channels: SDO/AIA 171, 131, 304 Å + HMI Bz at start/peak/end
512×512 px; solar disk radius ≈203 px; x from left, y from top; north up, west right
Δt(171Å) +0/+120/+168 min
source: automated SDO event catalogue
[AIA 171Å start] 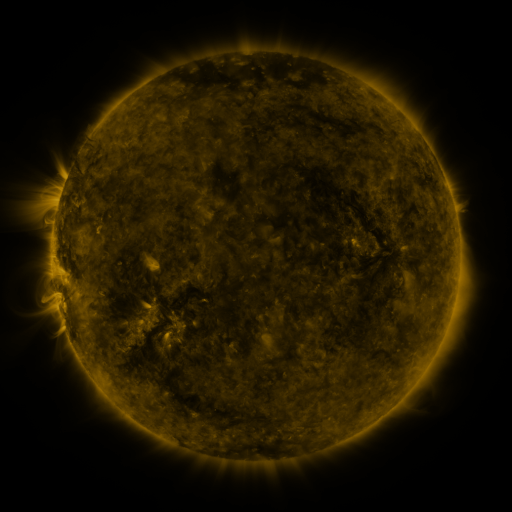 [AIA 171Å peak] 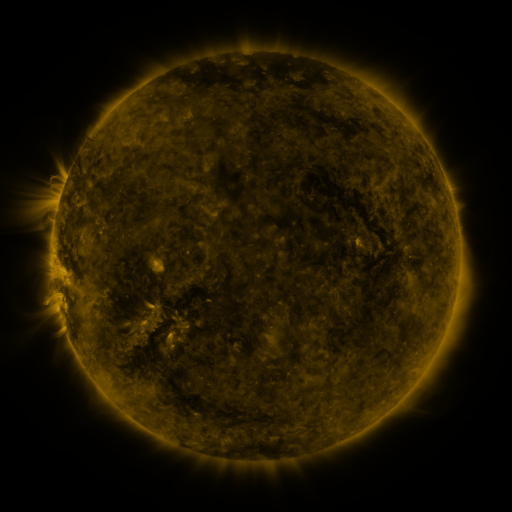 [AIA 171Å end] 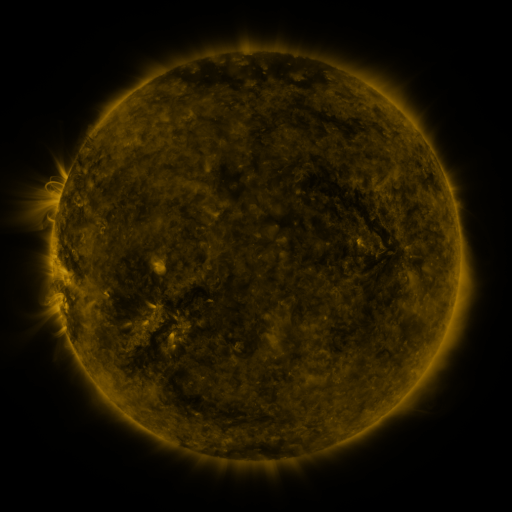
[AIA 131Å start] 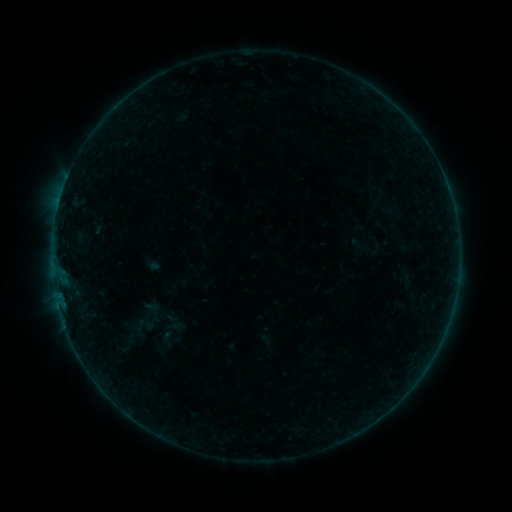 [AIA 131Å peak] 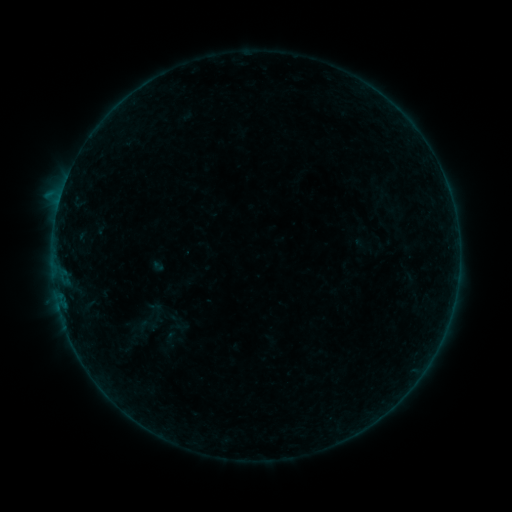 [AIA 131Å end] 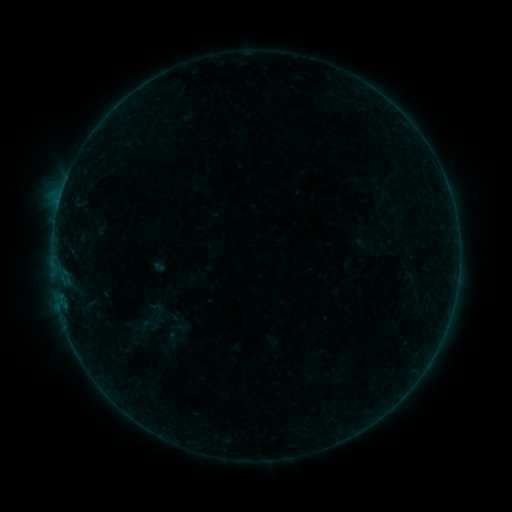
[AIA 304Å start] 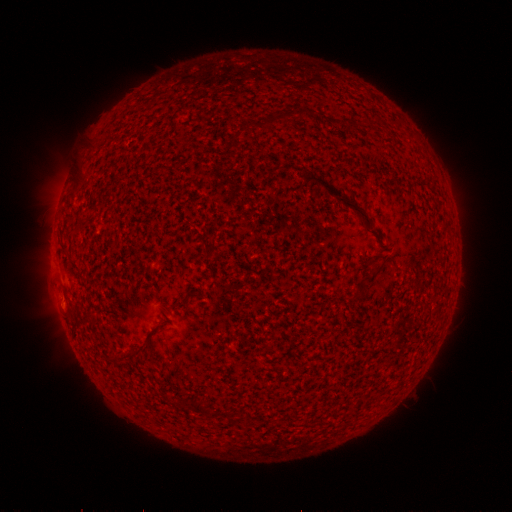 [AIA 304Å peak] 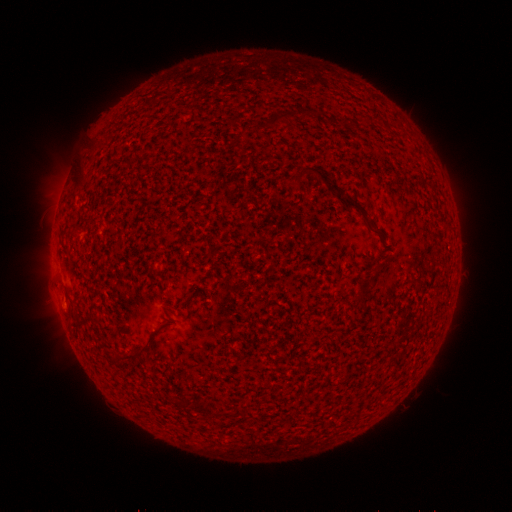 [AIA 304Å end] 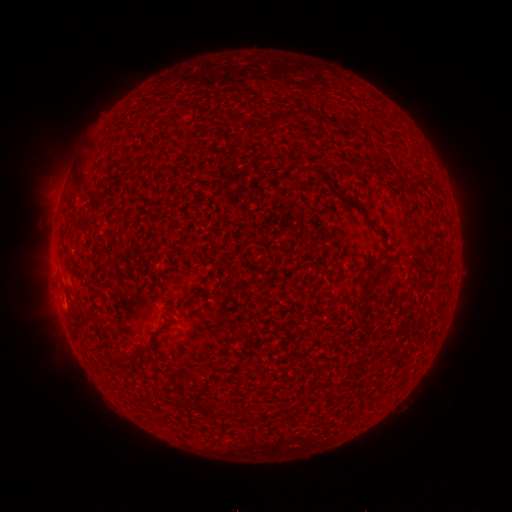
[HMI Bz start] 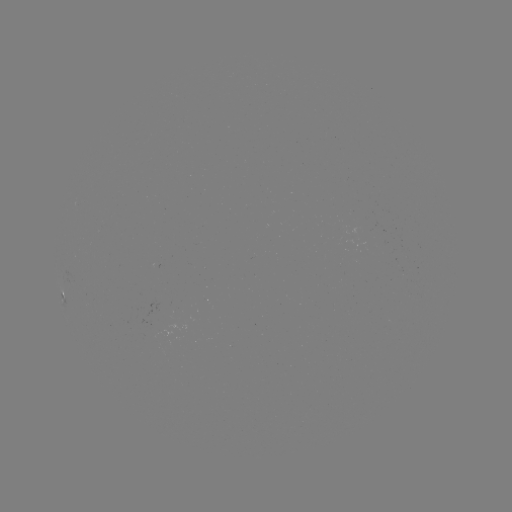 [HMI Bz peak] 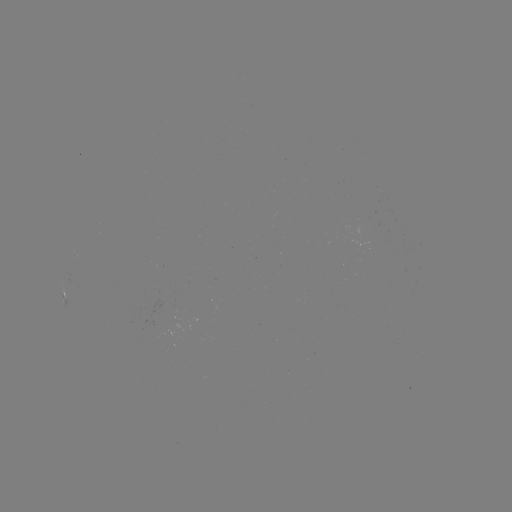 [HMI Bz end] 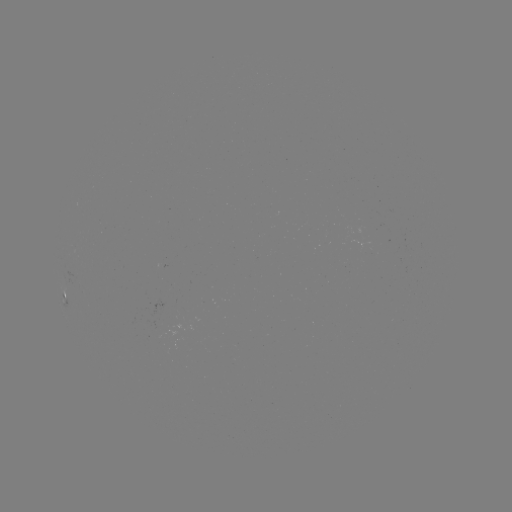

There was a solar flare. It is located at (60, 200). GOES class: B3.3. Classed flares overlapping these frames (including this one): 1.